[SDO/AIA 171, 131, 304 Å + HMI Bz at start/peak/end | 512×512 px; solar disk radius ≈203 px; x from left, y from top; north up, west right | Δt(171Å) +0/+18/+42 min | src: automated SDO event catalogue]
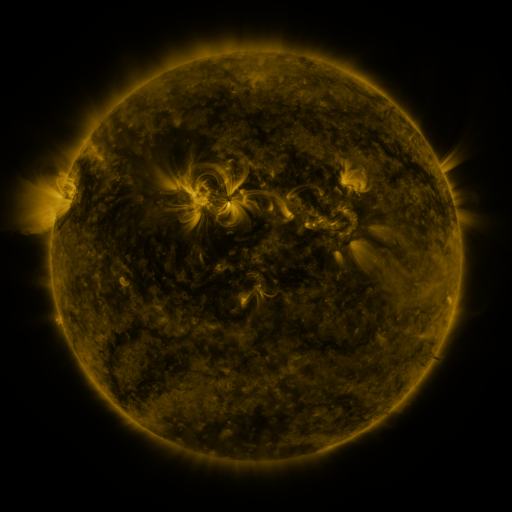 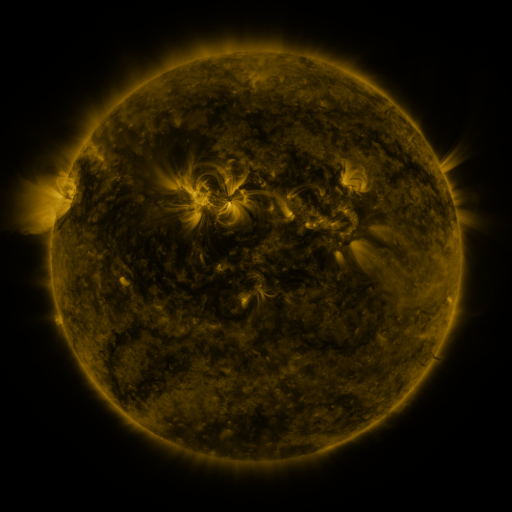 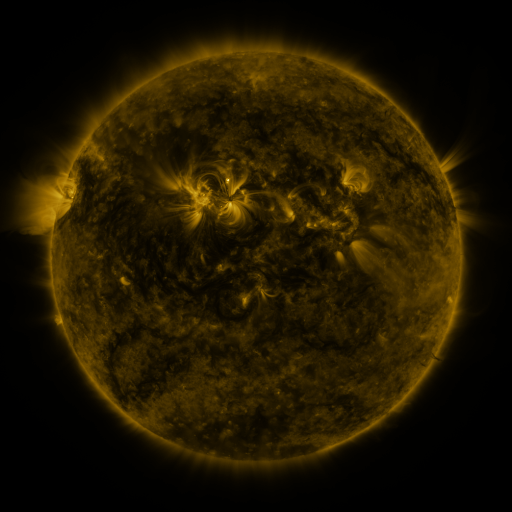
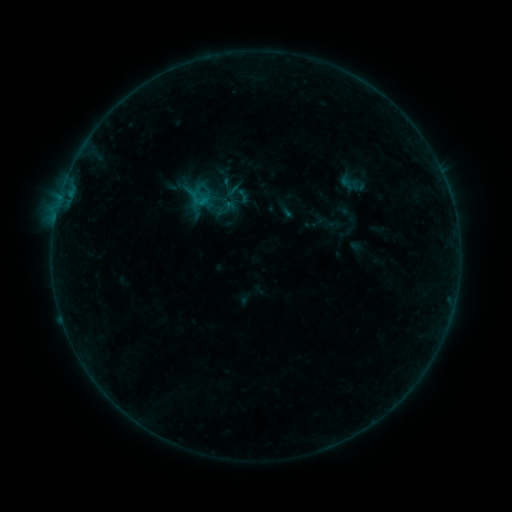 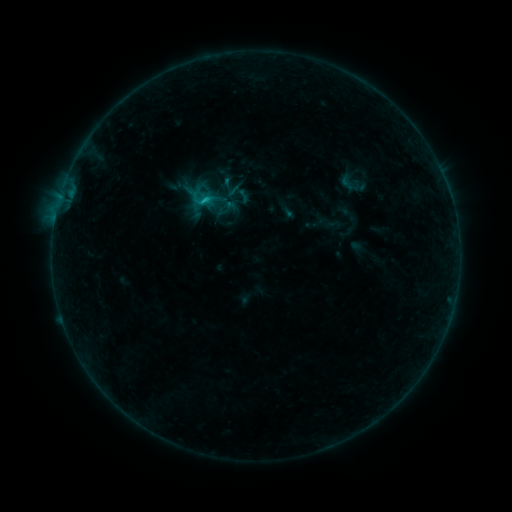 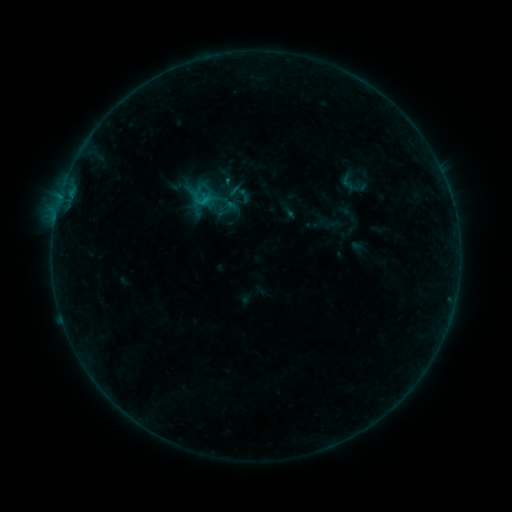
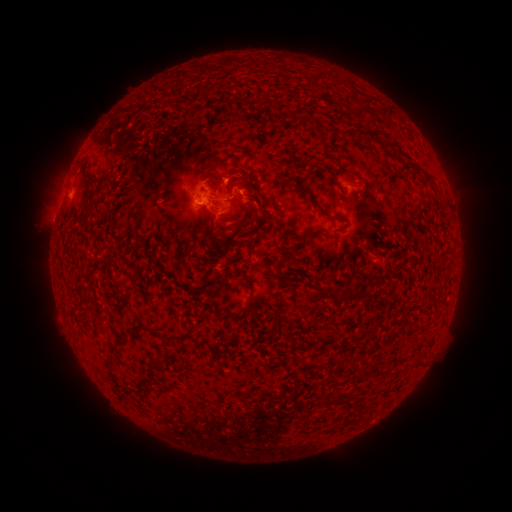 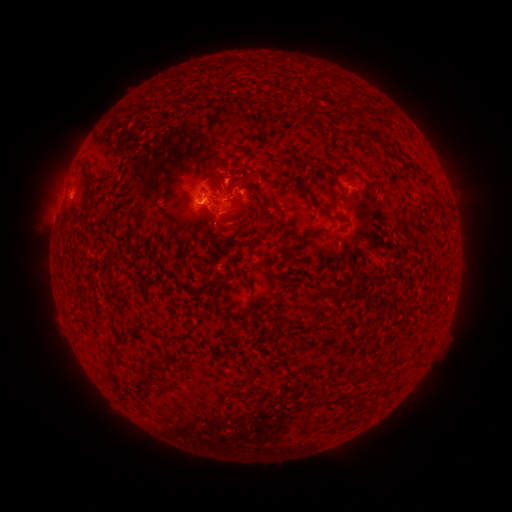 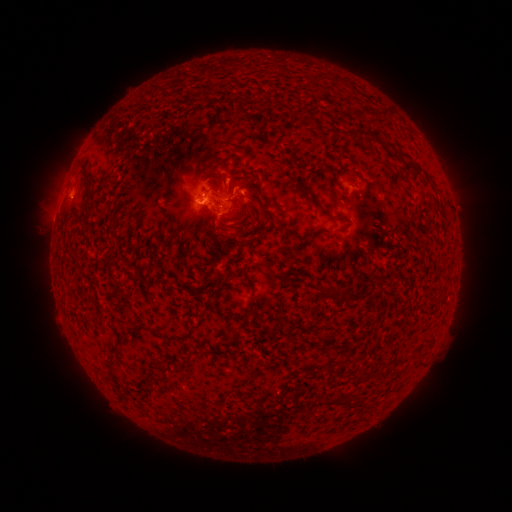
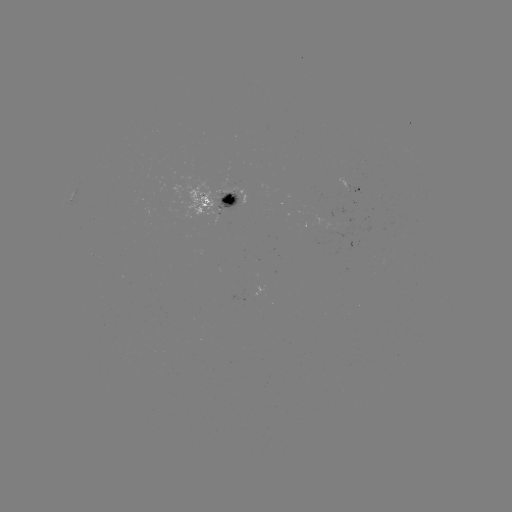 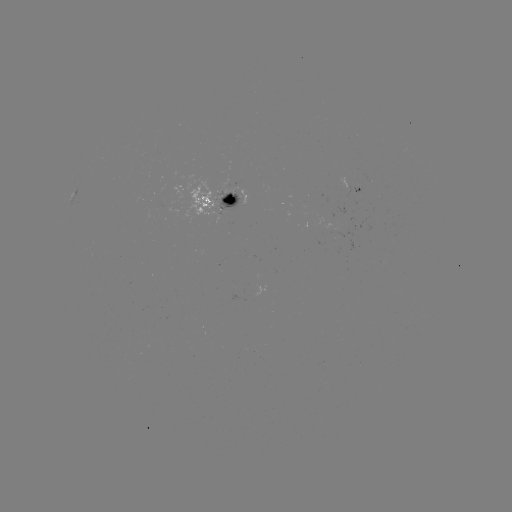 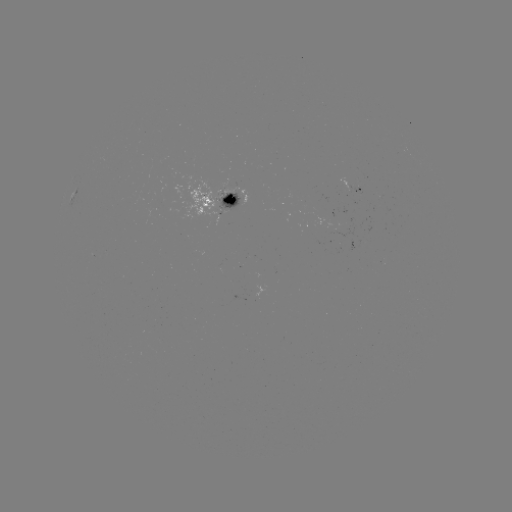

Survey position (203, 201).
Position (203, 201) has B8.6 flare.